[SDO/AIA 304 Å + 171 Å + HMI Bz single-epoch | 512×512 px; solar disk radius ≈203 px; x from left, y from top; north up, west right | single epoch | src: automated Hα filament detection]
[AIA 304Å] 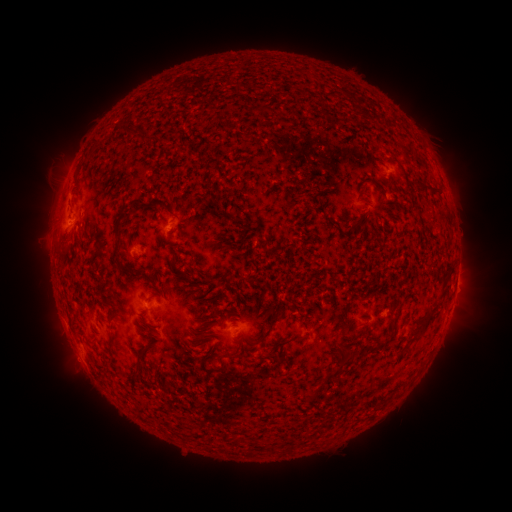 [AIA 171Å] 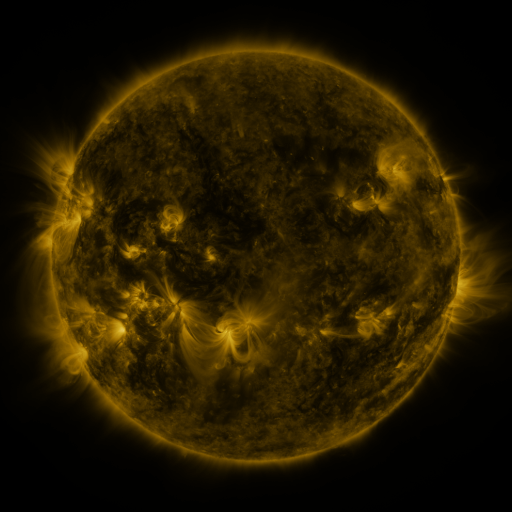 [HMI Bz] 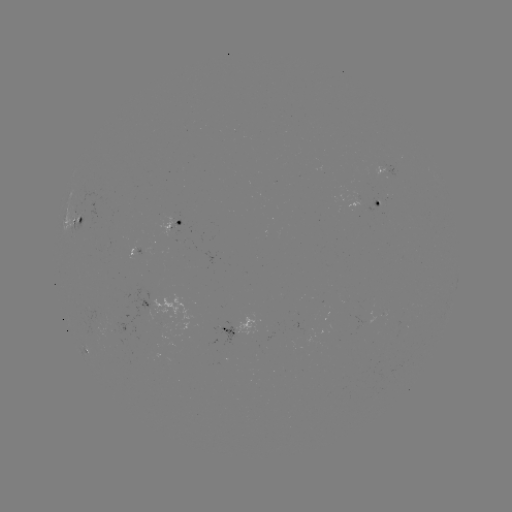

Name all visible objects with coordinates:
filament: (266, 108)
filament: (436, 193)
filament: (117, 227)
filament: (273, 321)
filament: (425, 323)
filament: (109, 339)
filament: (288, 340)
filament: (376, 344)
filament: (237, 356)
